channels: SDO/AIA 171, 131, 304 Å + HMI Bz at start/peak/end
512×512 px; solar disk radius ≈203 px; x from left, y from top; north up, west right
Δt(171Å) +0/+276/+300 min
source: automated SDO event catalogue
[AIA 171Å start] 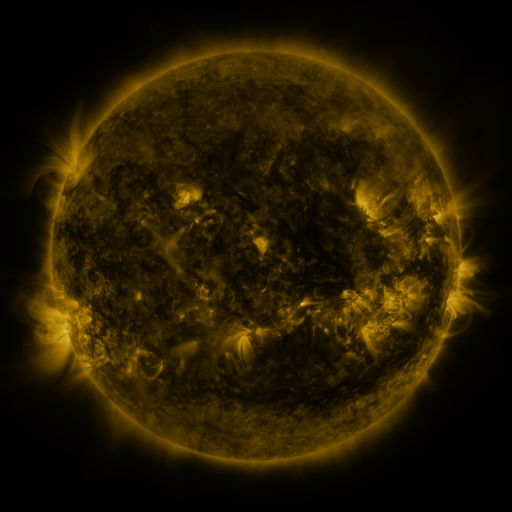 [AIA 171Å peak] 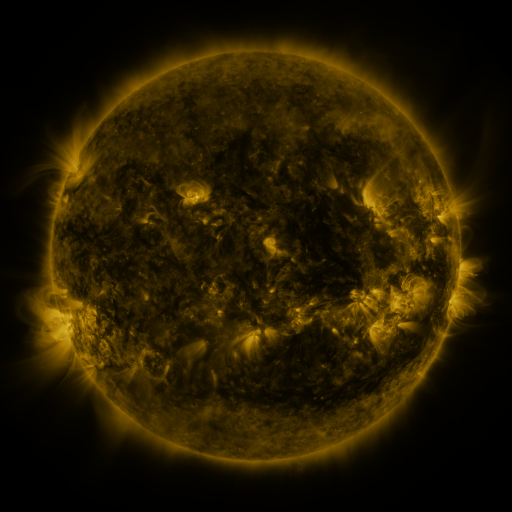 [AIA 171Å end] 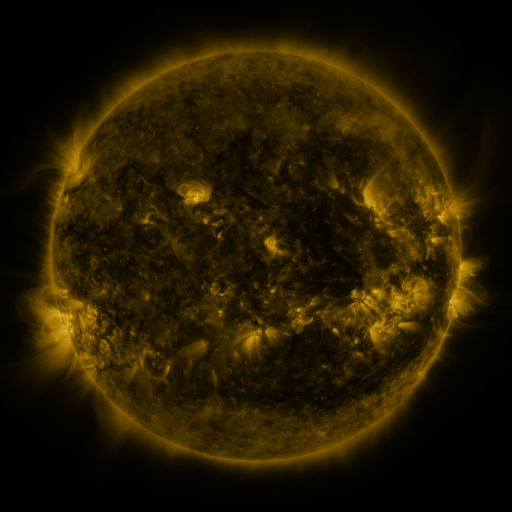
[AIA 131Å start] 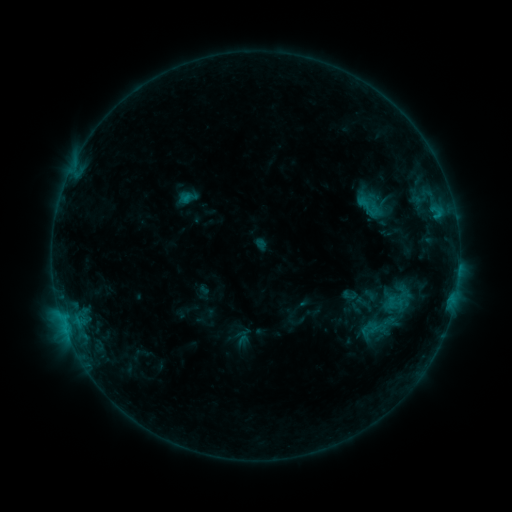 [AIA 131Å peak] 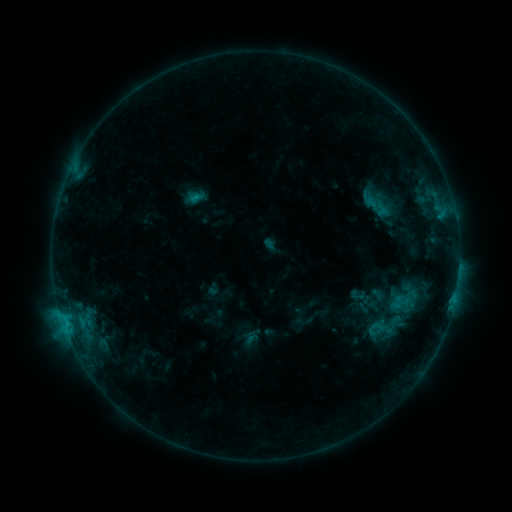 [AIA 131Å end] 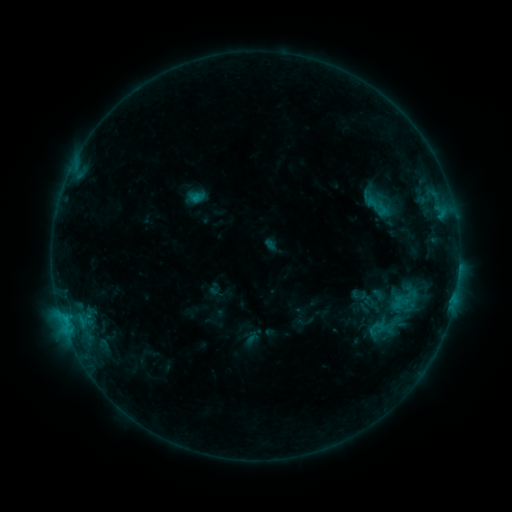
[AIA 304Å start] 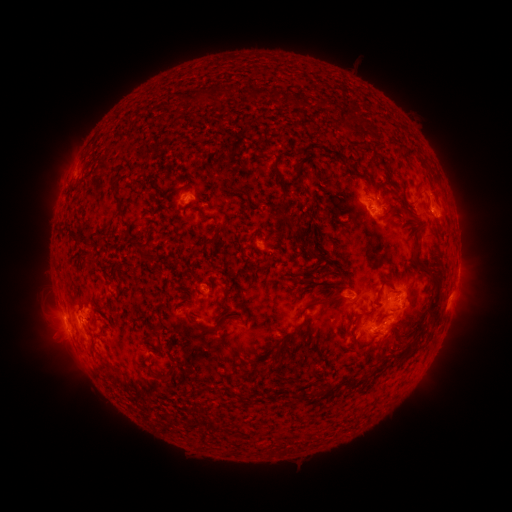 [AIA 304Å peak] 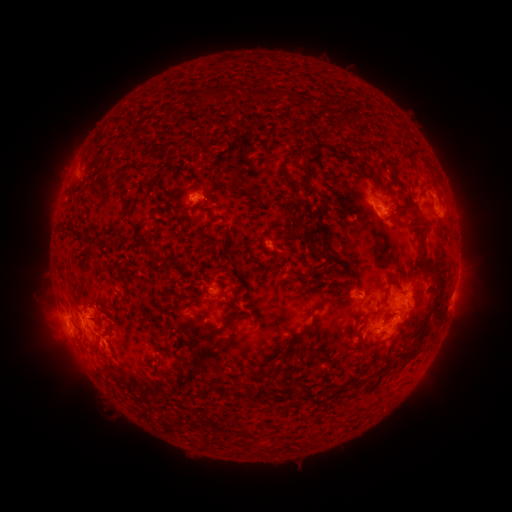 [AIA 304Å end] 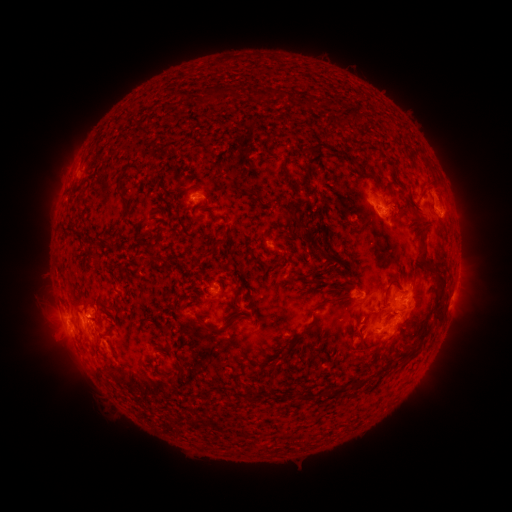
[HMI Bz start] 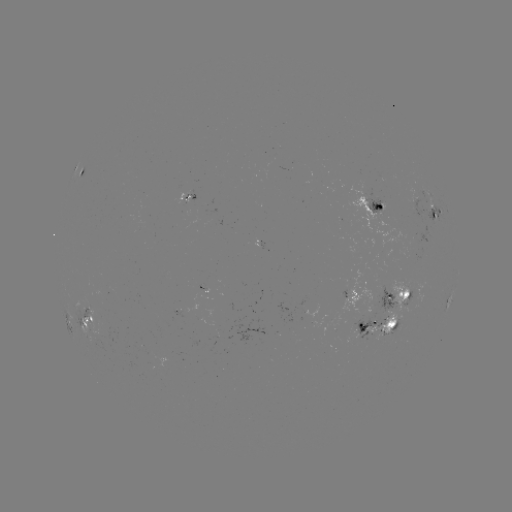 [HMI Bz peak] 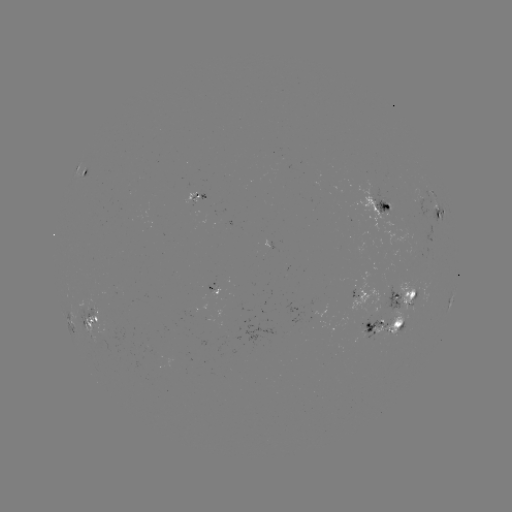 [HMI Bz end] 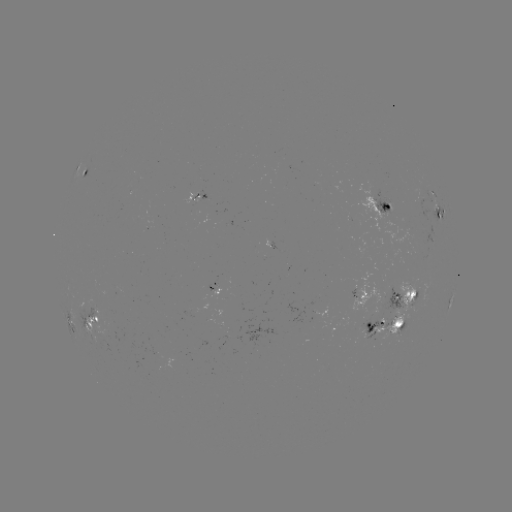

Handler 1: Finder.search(emerging-flux region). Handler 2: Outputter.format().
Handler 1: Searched emerging-flux region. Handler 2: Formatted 395,315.